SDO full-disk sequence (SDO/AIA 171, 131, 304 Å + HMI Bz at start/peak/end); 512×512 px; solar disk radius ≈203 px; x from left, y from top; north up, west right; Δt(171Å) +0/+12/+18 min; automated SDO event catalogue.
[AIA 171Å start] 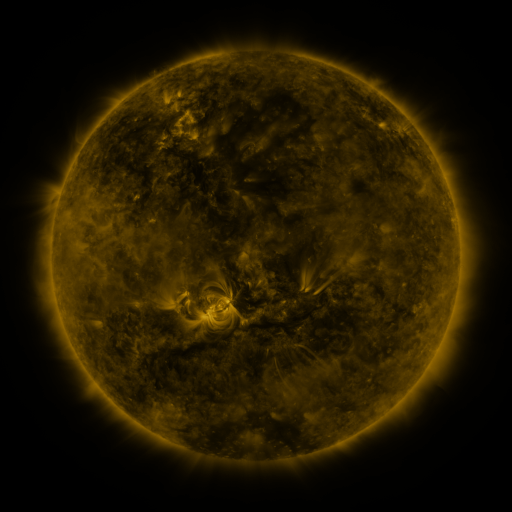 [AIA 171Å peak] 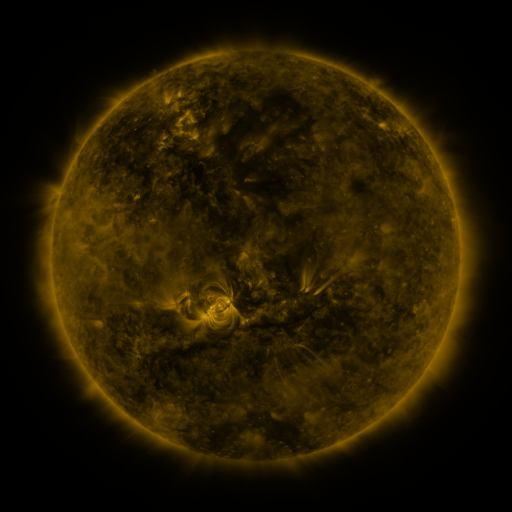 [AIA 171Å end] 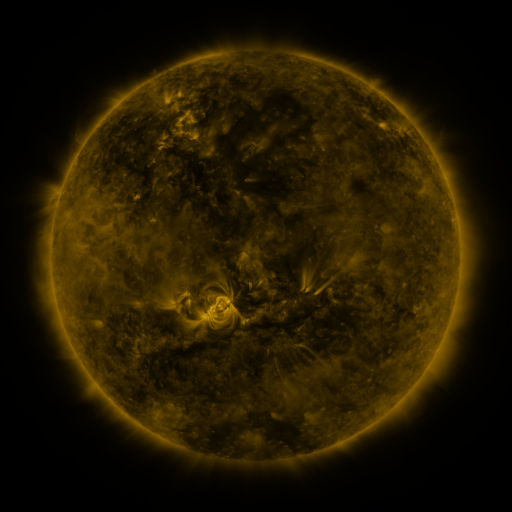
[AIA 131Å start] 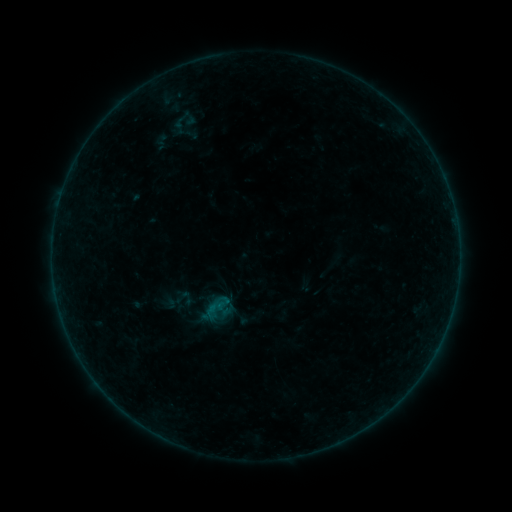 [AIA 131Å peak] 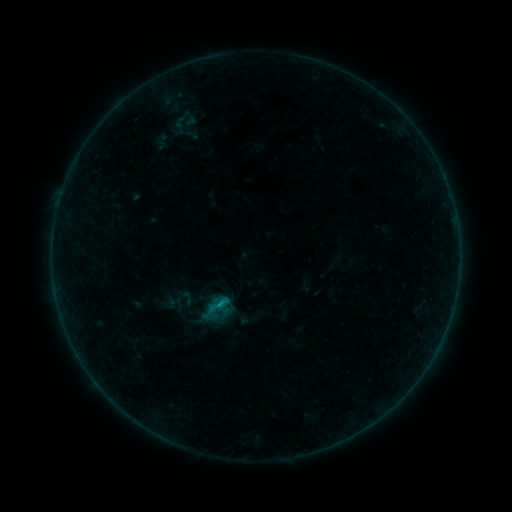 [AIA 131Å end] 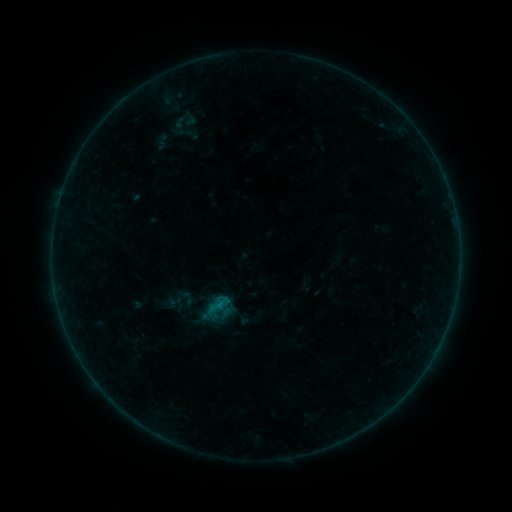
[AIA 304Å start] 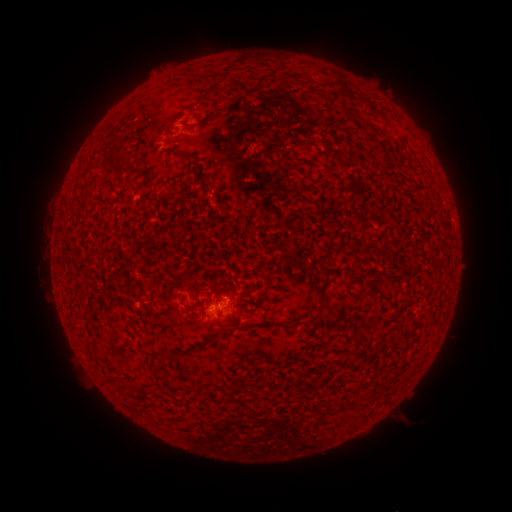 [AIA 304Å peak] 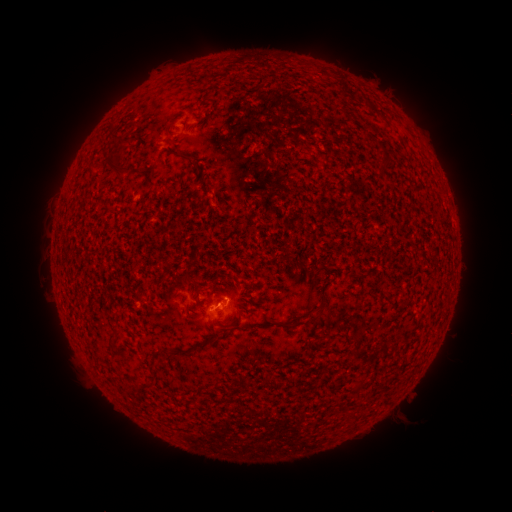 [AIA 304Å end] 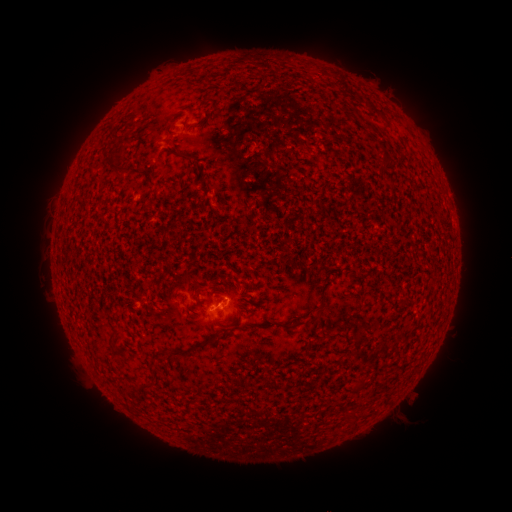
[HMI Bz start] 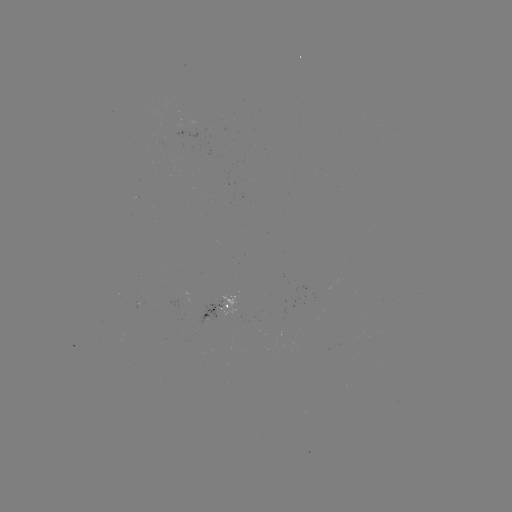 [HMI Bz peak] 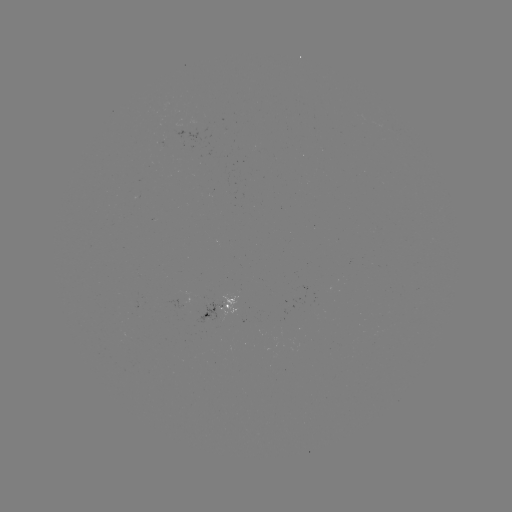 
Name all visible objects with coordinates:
B4.1 flare: (222, 301)
